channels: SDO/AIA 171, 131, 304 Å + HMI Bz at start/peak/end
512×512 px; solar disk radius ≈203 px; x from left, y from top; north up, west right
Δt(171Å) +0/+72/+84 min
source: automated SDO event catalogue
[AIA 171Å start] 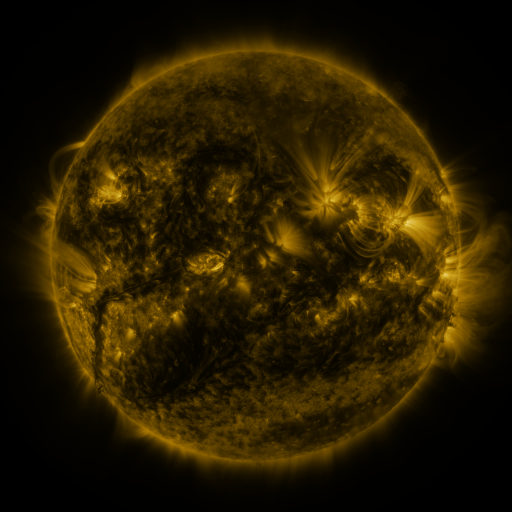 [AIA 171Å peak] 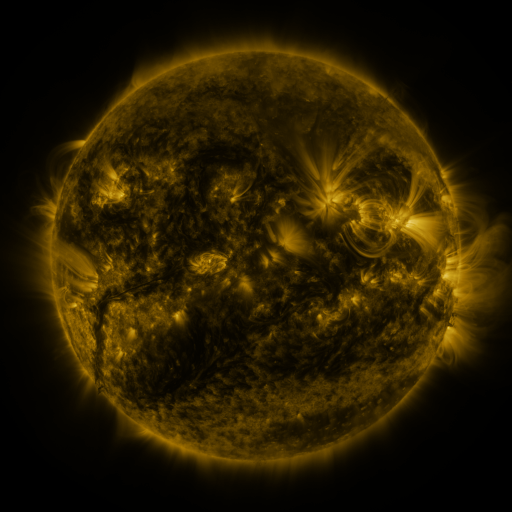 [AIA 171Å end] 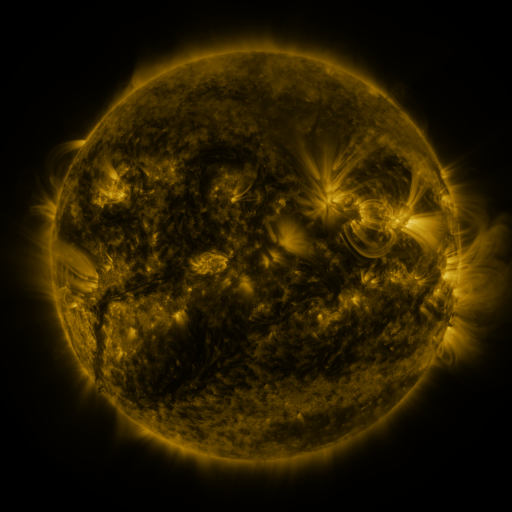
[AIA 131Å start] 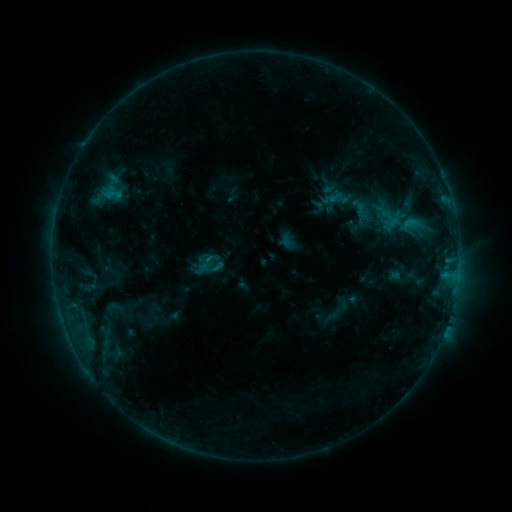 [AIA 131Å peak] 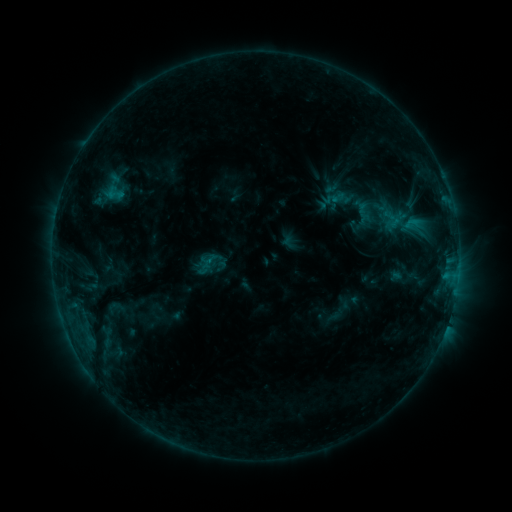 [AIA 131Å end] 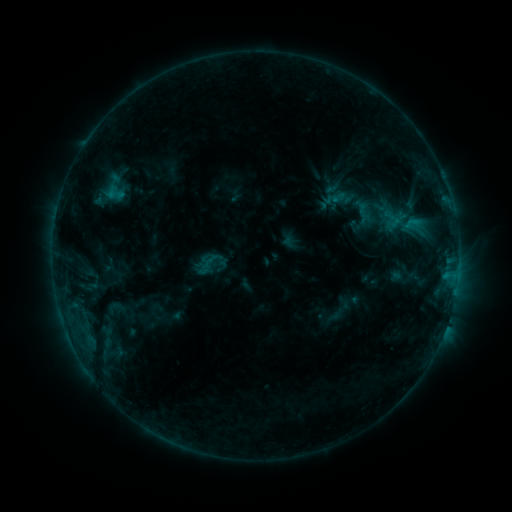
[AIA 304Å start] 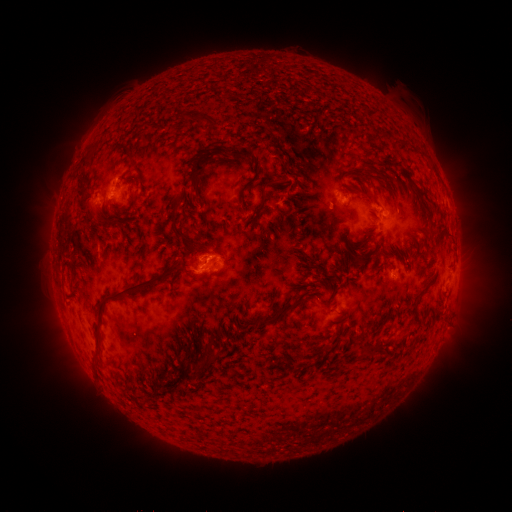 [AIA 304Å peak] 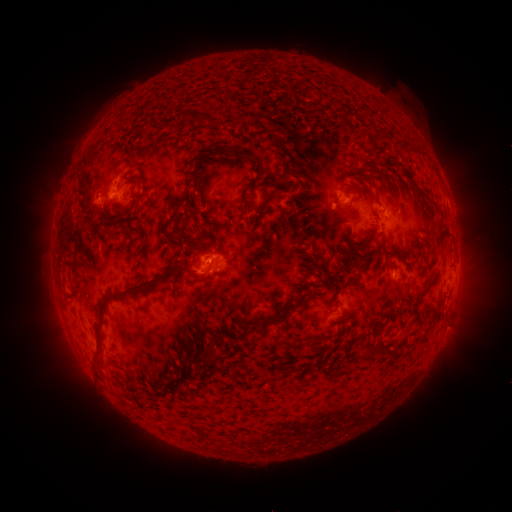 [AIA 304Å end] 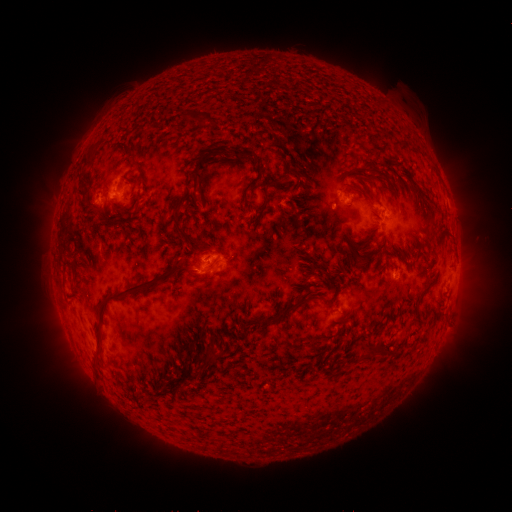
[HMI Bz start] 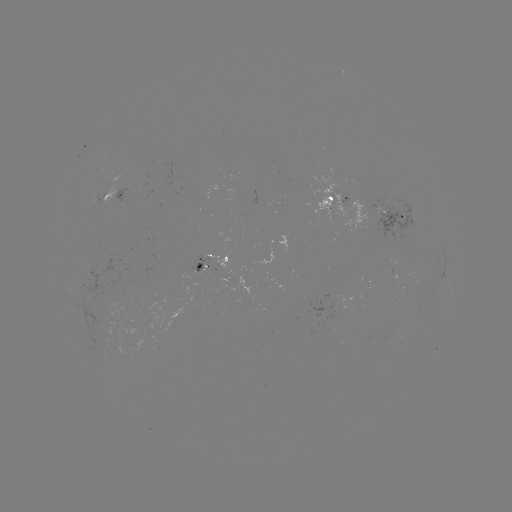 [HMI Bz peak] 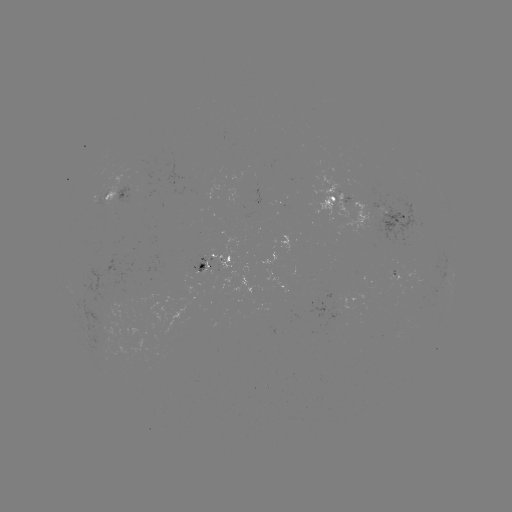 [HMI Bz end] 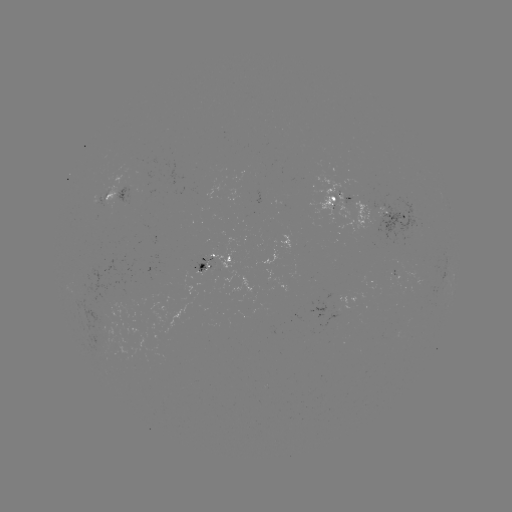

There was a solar emerging-flux region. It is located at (388, 218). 